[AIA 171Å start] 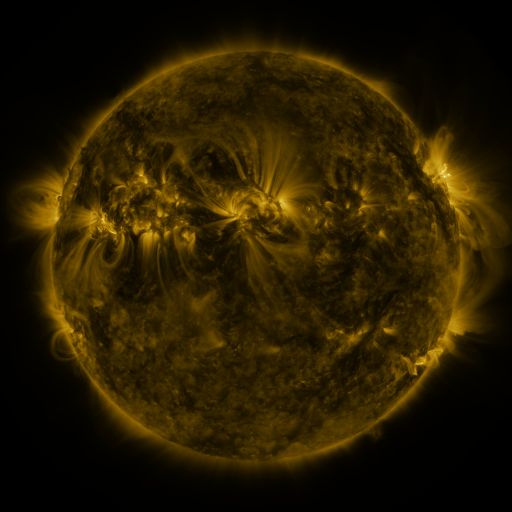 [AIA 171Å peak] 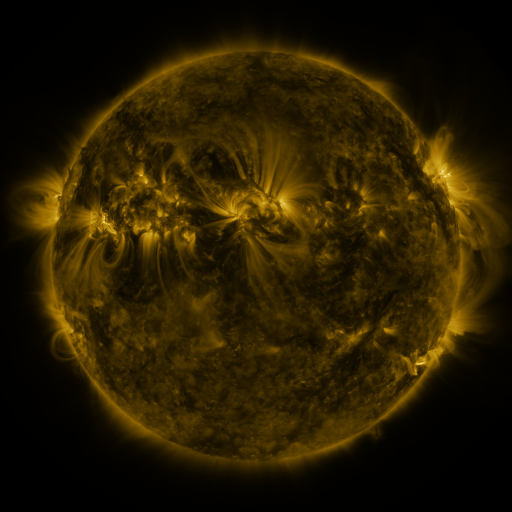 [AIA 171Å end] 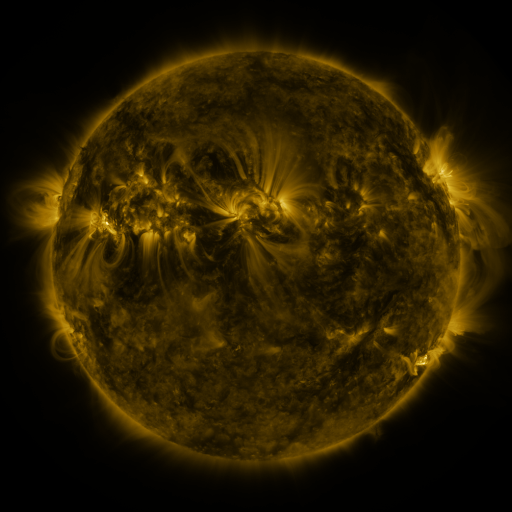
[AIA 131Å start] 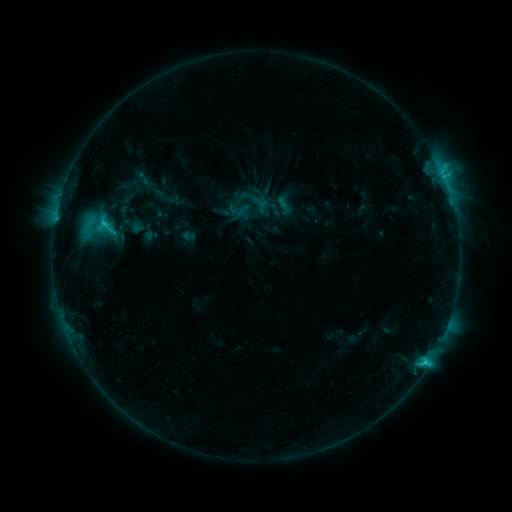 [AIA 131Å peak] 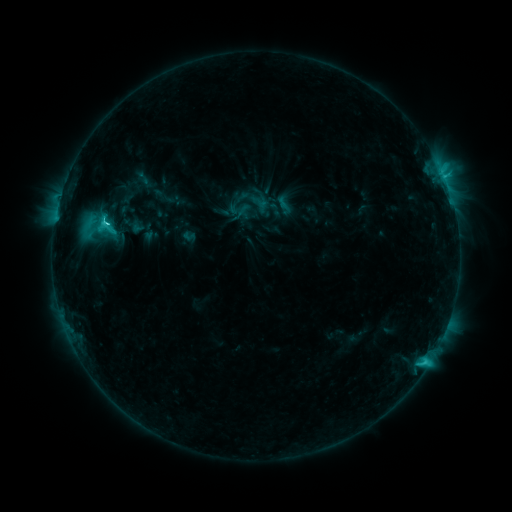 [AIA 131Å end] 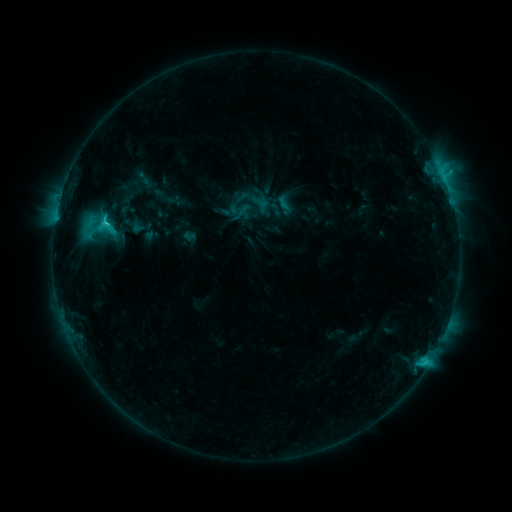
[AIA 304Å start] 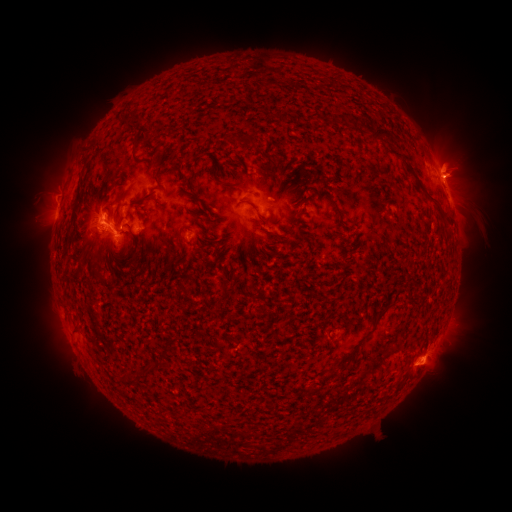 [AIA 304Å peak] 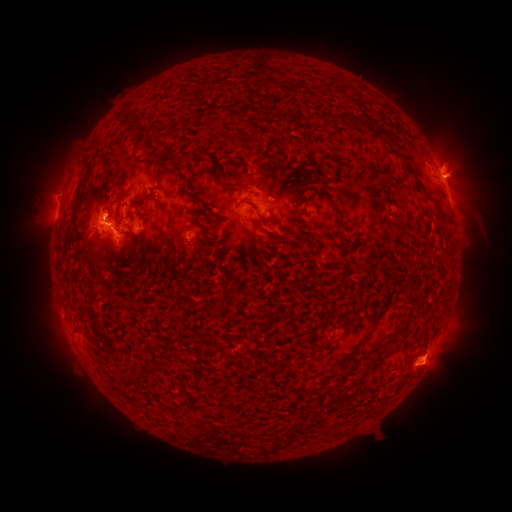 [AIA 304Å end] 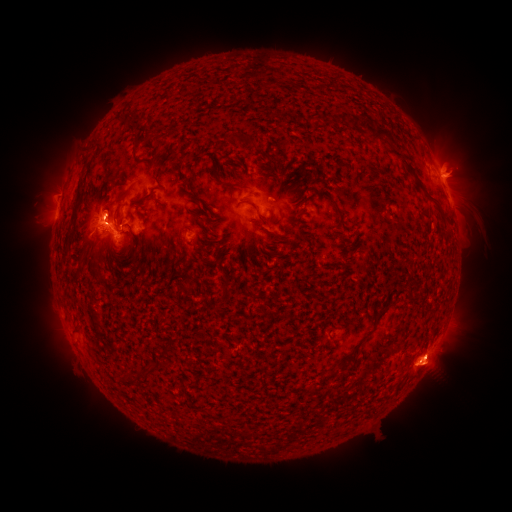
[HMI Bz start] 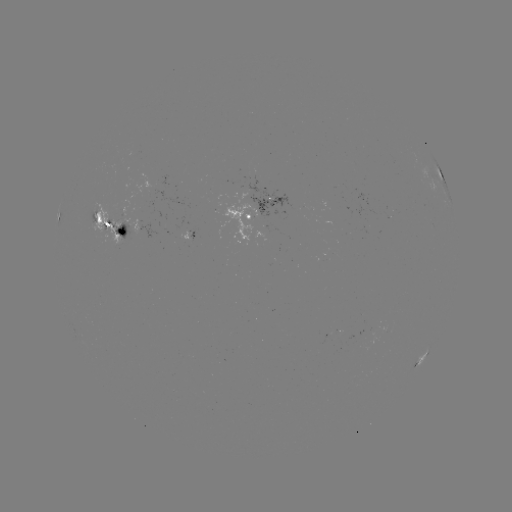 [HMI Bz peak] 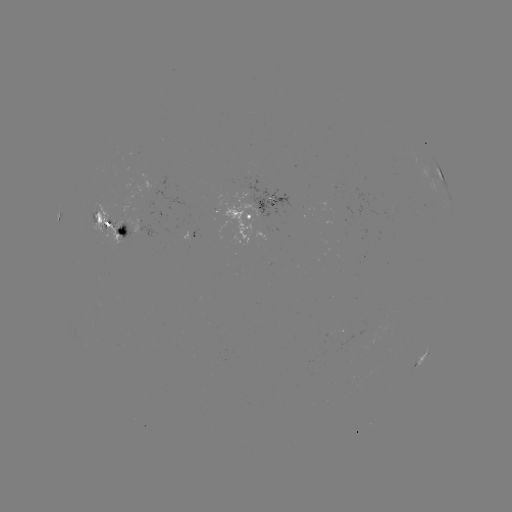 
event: flare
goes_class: C7.9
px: (109, 223)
